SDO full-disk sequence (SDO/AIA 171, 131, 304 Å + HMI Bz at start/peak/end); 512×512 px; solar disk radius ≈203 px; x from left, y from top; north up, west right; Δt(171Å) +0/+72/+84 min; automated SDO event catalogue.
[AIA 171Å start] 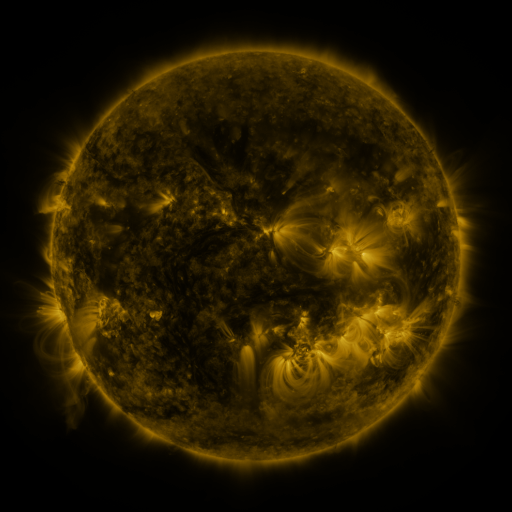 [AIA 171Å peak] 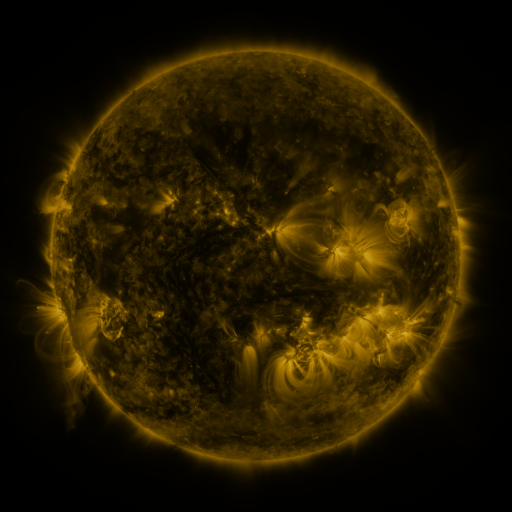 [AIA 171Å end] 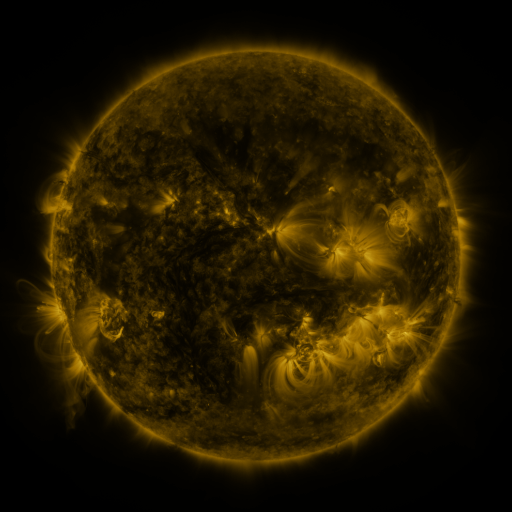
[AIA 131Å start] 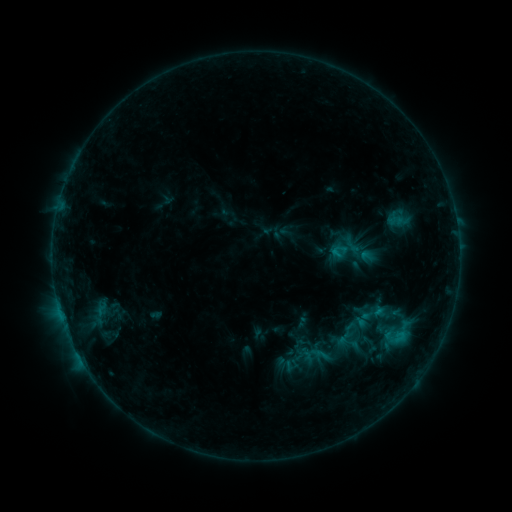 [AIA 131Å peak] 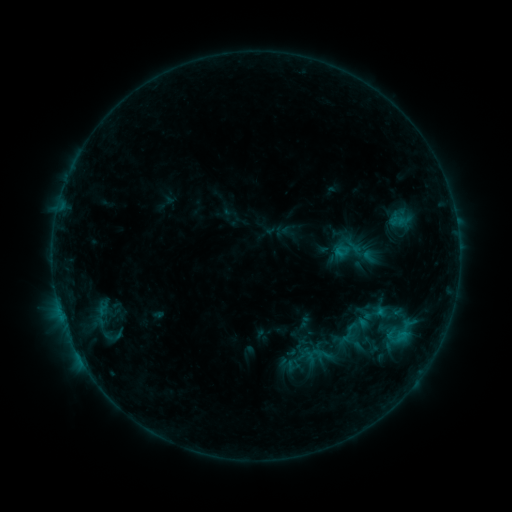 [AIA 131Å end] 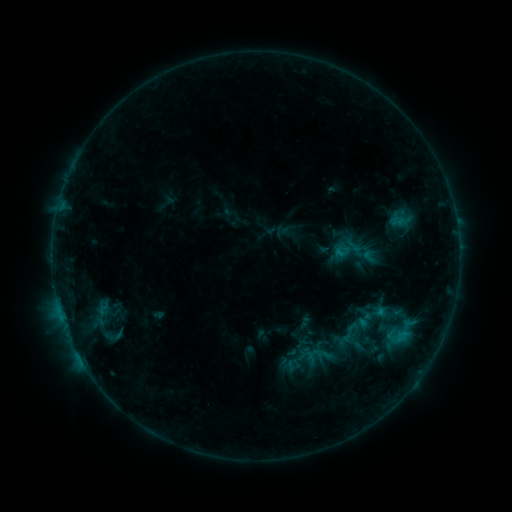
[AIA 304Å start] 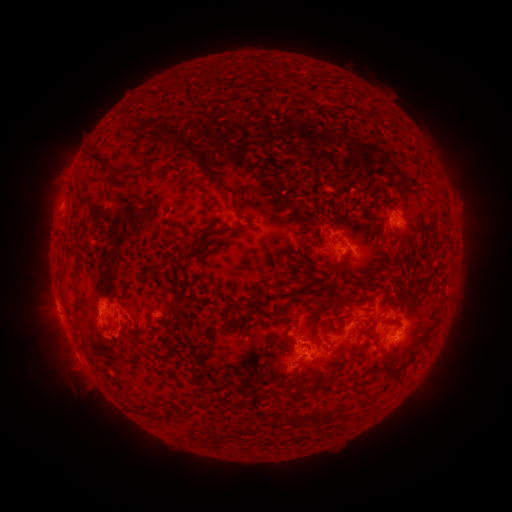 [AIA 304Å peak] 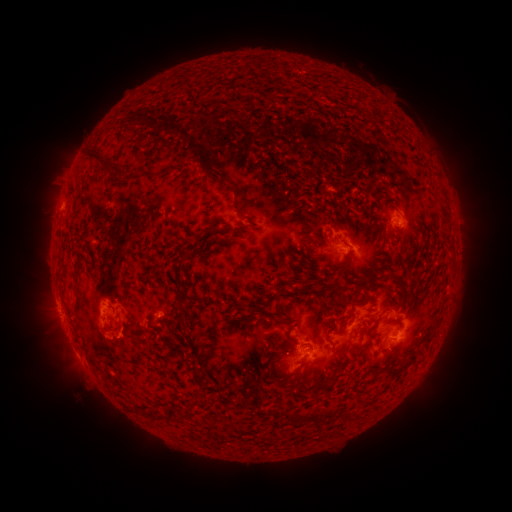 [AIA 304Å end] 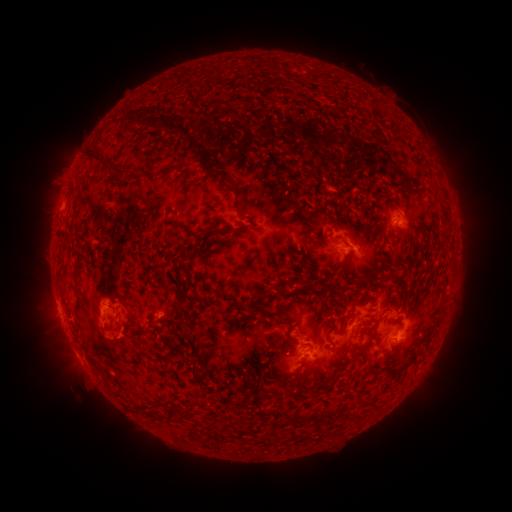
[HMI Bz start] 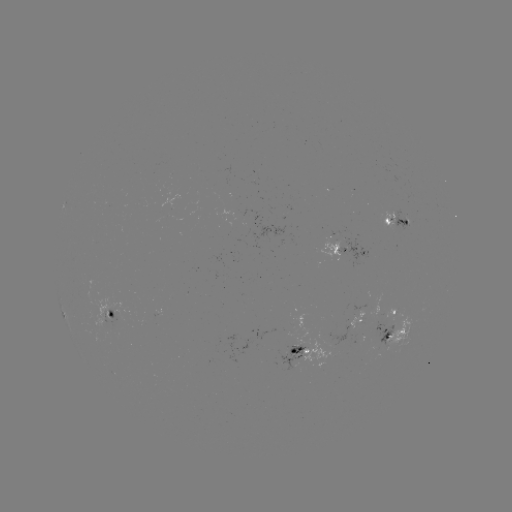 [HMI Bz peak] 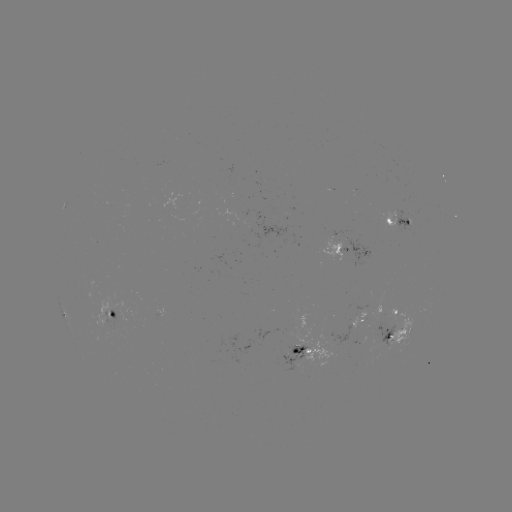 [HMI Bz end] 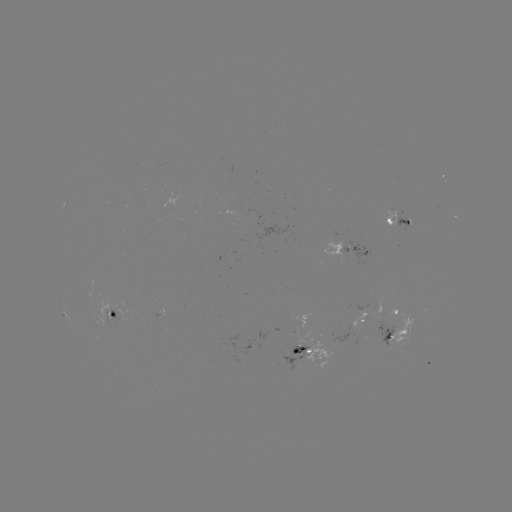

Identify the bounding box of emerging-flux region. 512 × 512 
[378, 209, 398, 229].